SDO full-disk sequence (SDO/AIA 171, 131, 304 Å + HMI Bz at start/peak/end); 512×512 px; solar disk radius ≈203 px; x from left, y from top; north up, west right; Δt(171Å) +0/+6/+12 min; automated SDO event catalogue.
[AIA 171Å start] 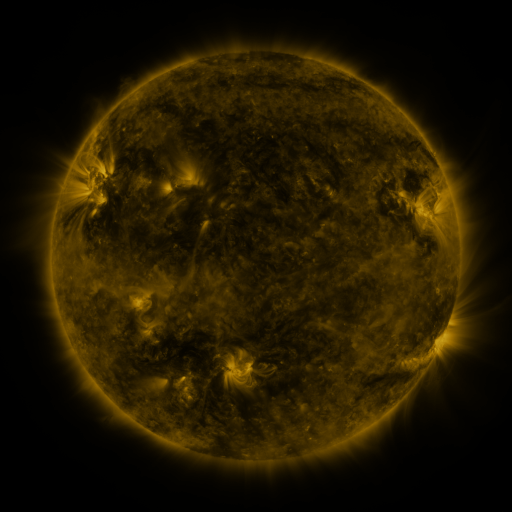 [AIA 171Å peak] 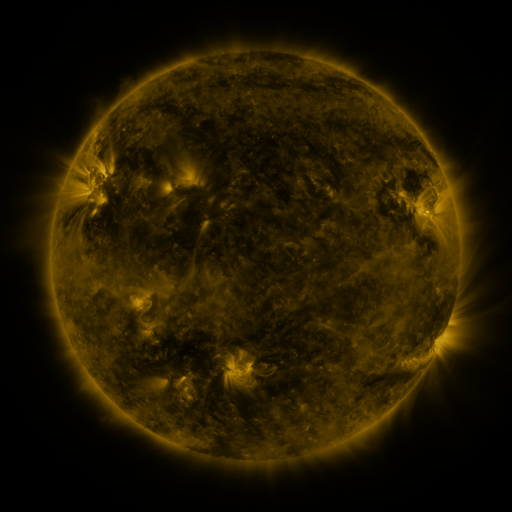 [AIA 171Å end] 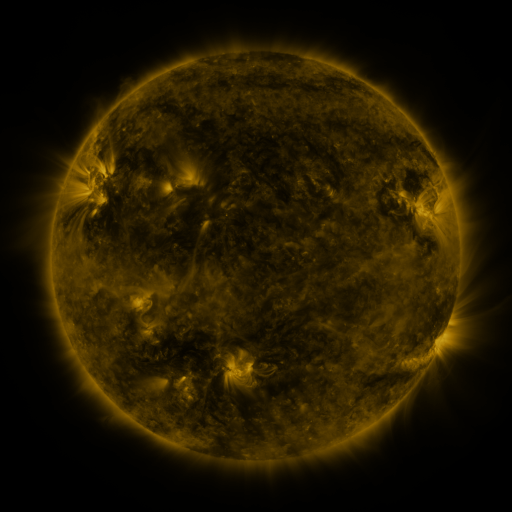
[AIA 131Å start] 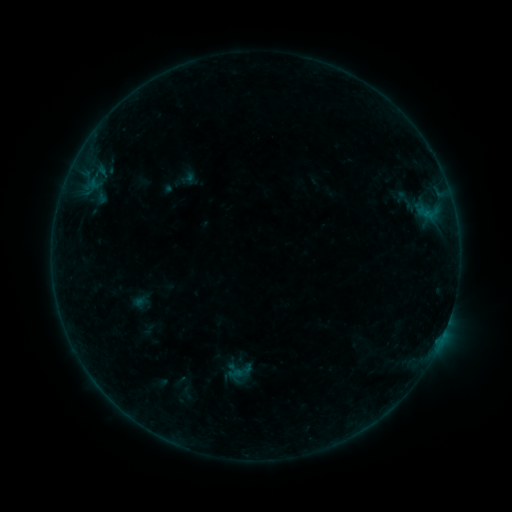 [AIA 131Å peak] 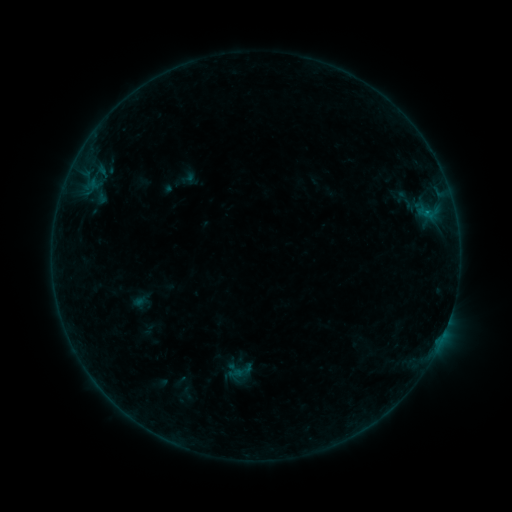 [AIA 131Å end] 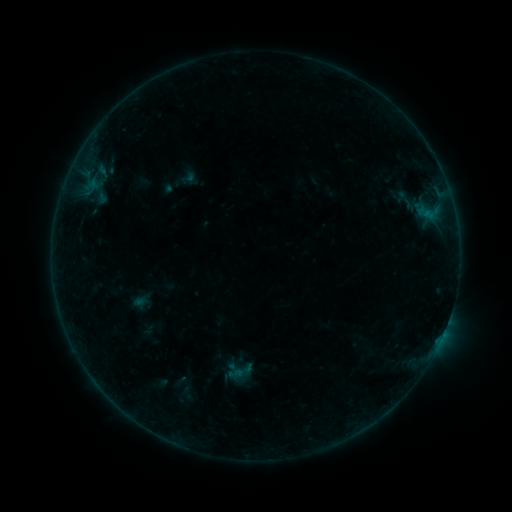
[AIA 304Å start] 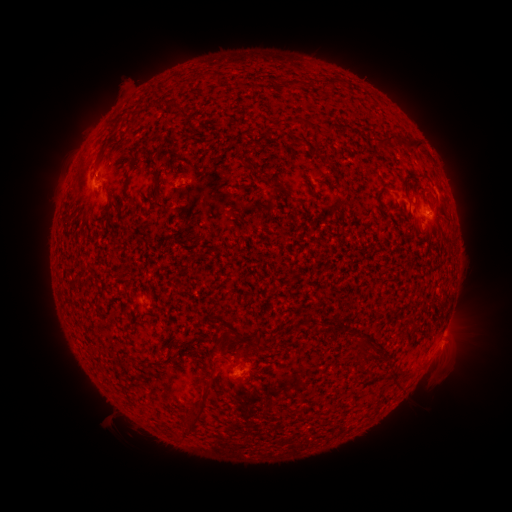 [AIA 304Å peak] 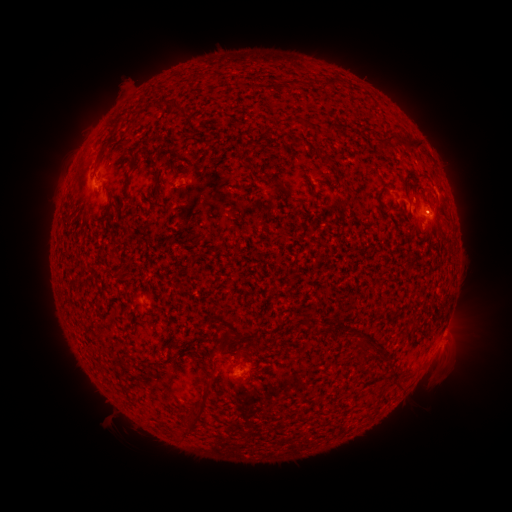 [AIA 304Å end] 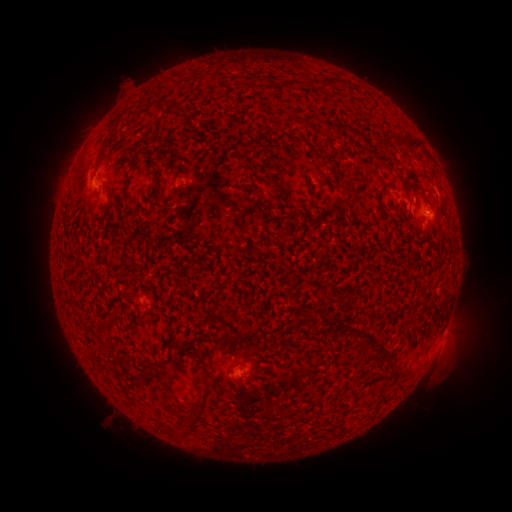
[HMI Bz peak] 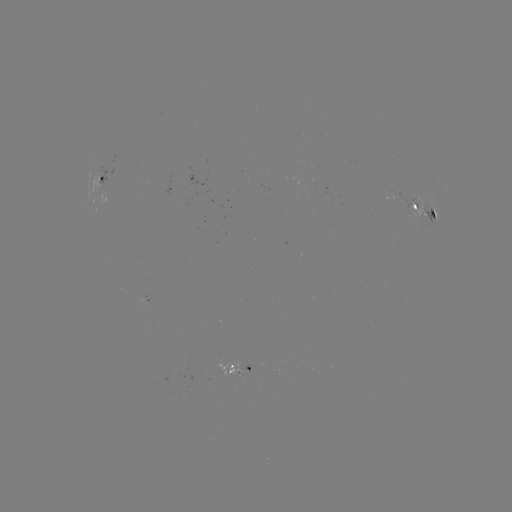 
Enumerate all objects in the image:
B1.8 flare: (424, 214)
